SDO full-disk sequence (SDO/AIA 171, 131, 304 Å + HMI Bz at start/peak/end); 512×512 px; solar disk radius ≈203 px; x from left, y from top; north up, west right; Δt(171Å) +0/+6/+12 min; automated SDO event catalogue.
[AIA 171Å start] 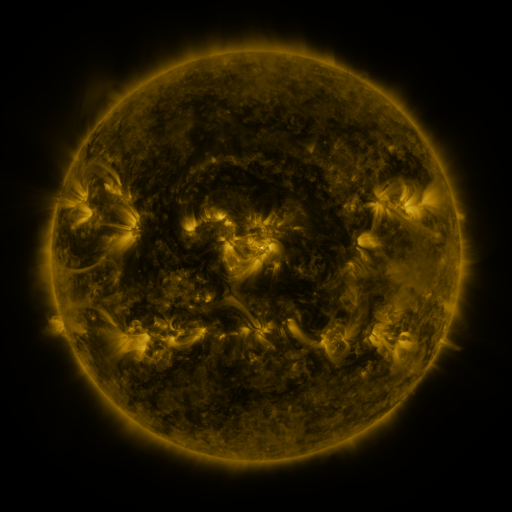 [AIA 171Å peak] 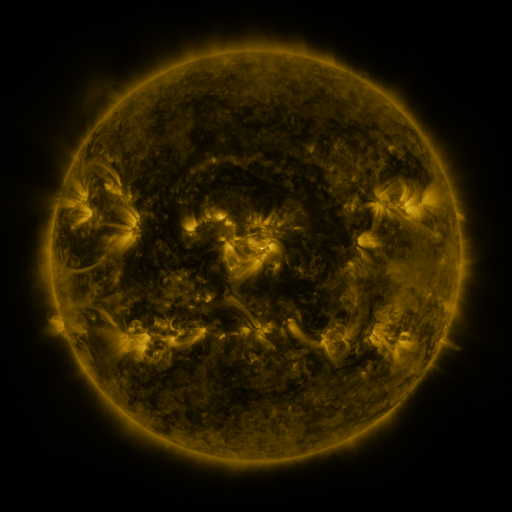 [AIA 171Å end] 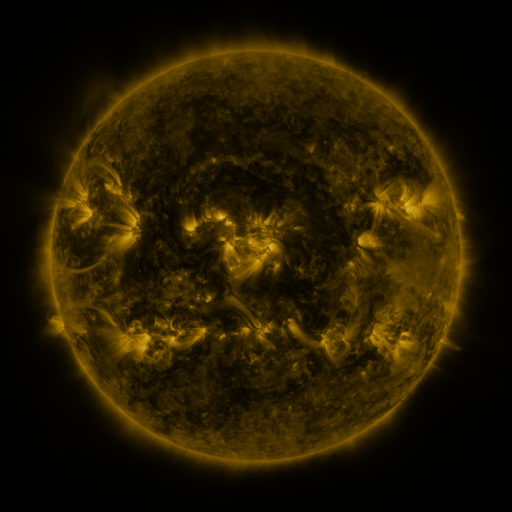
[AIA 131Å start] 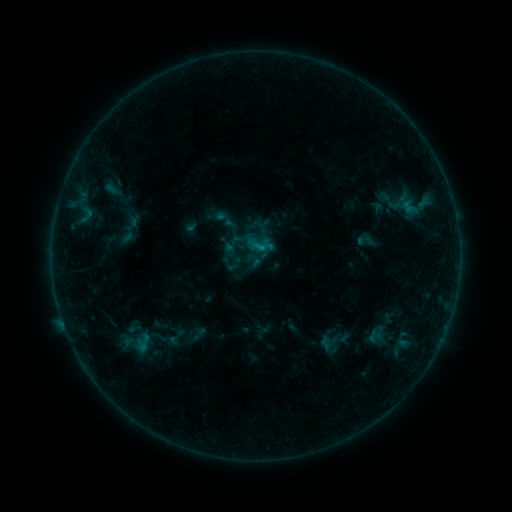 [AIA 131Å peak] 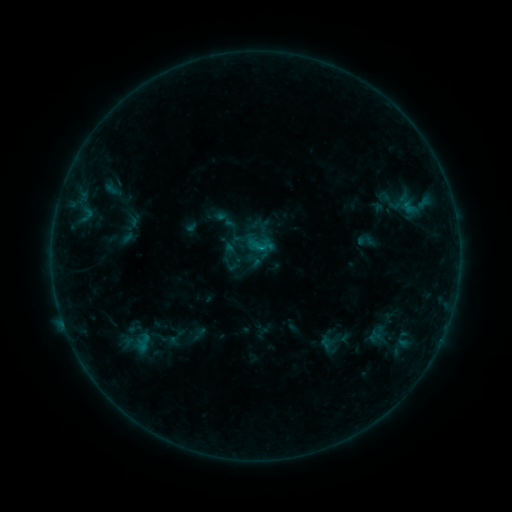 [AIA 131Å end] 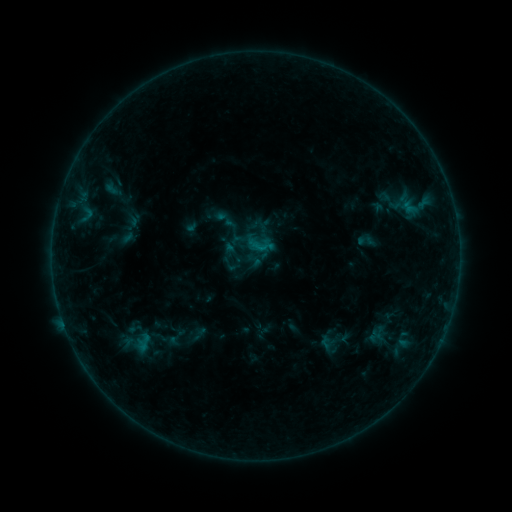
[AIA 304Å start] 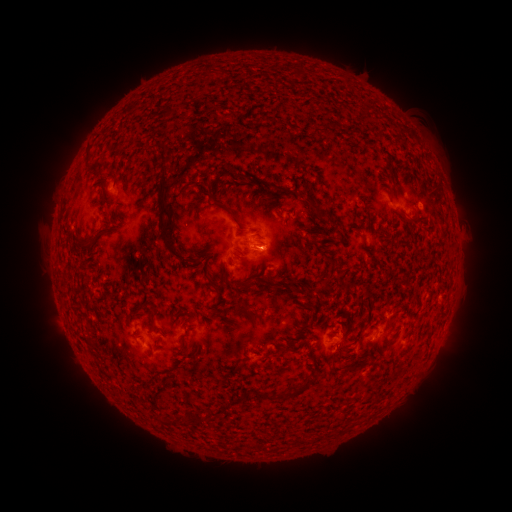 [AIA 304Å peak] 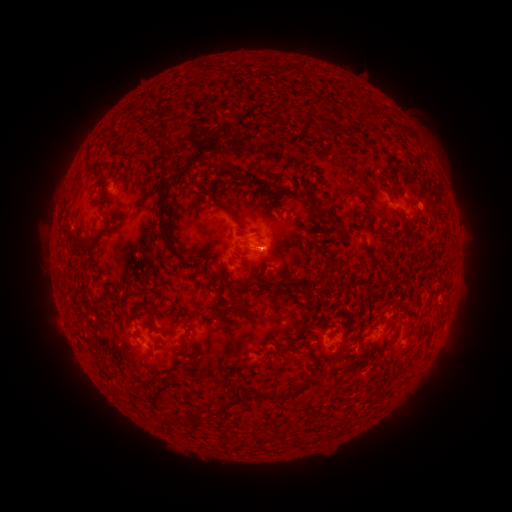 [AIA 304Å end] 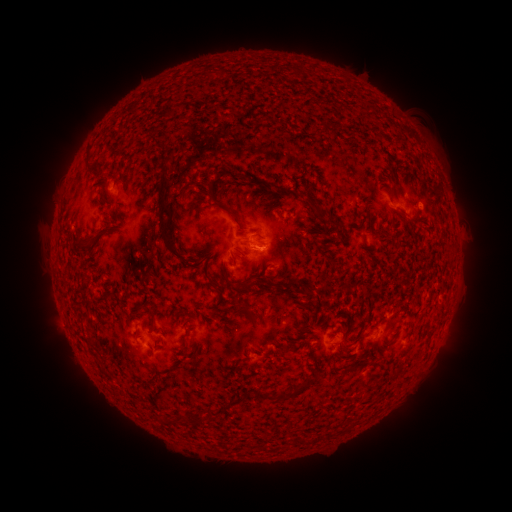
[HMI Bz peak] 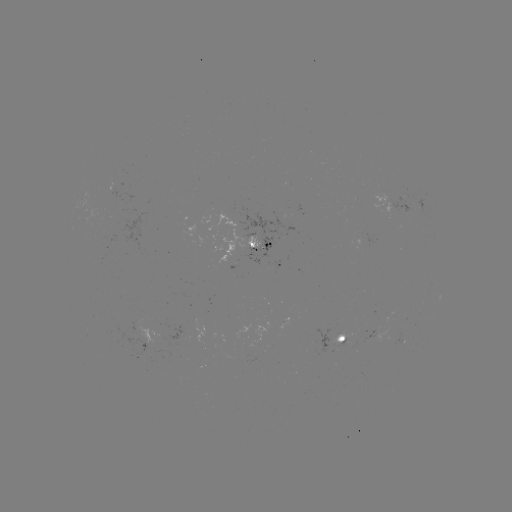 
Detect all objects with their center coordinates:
B6.2 flare: (259, 248)
